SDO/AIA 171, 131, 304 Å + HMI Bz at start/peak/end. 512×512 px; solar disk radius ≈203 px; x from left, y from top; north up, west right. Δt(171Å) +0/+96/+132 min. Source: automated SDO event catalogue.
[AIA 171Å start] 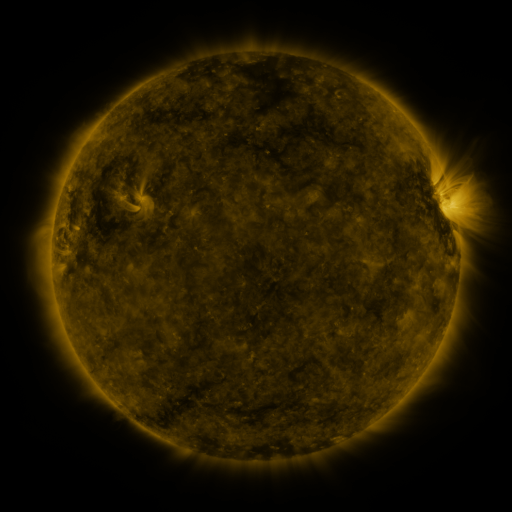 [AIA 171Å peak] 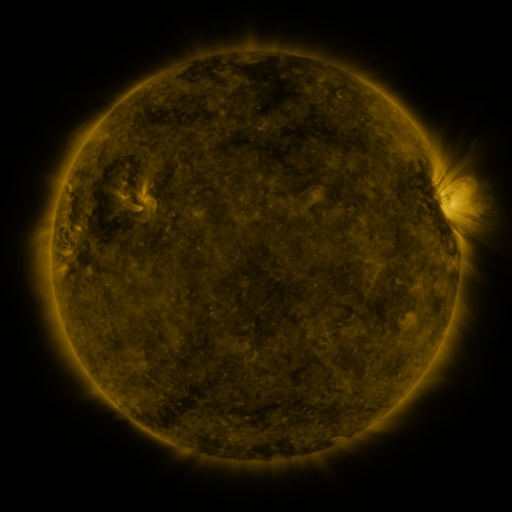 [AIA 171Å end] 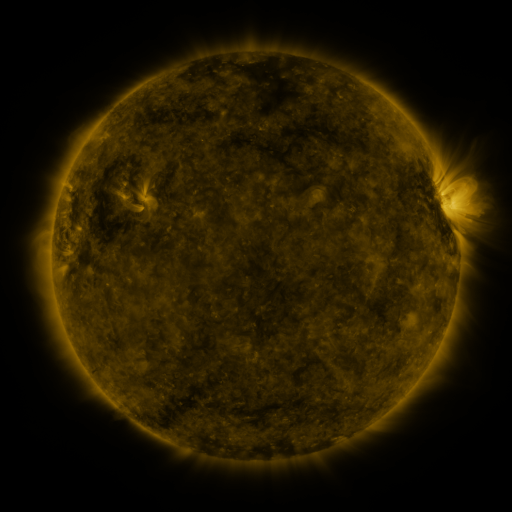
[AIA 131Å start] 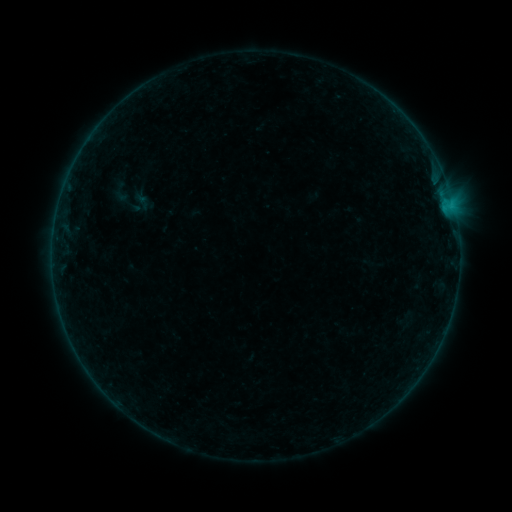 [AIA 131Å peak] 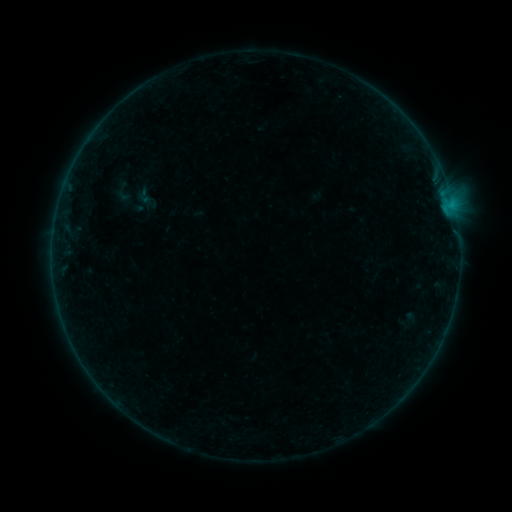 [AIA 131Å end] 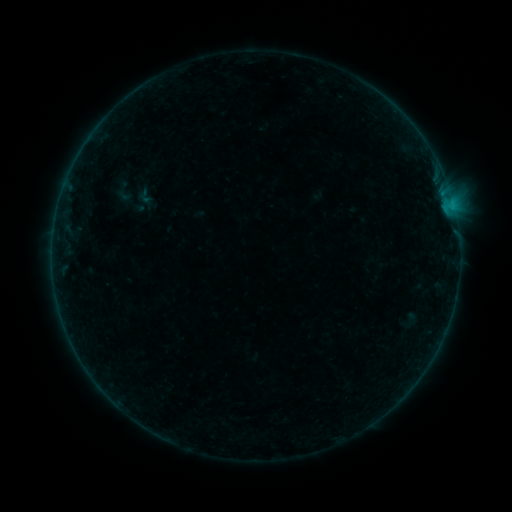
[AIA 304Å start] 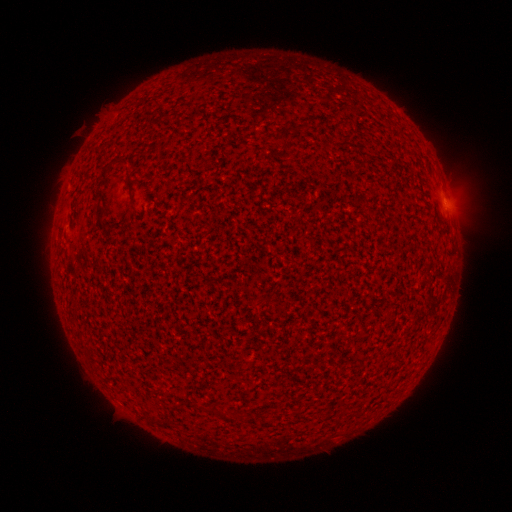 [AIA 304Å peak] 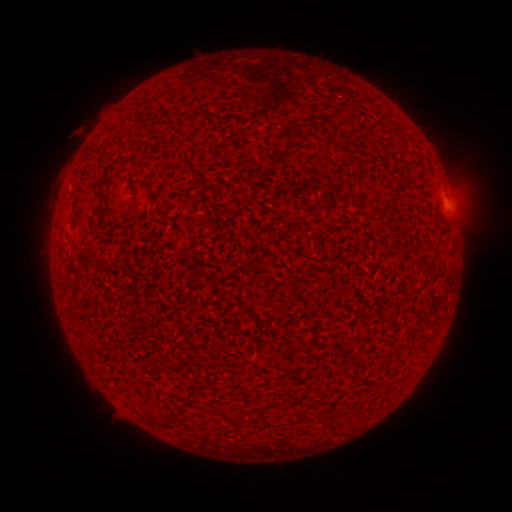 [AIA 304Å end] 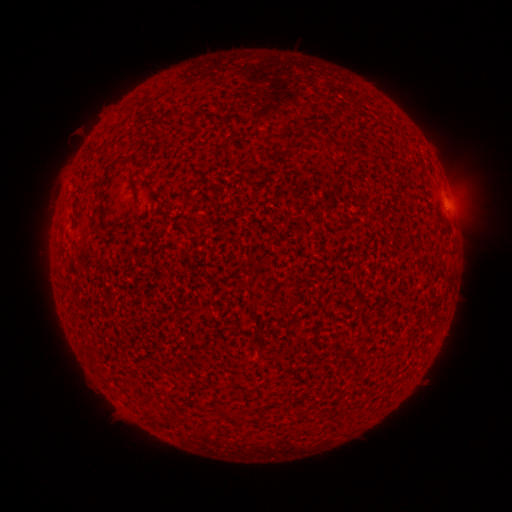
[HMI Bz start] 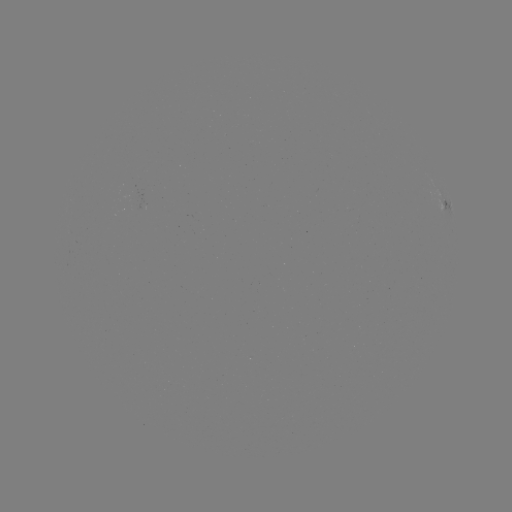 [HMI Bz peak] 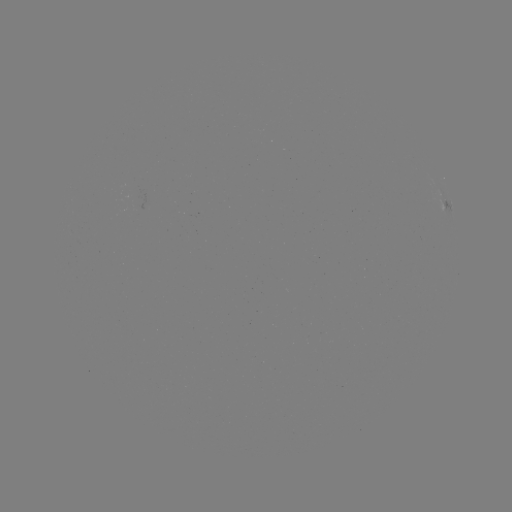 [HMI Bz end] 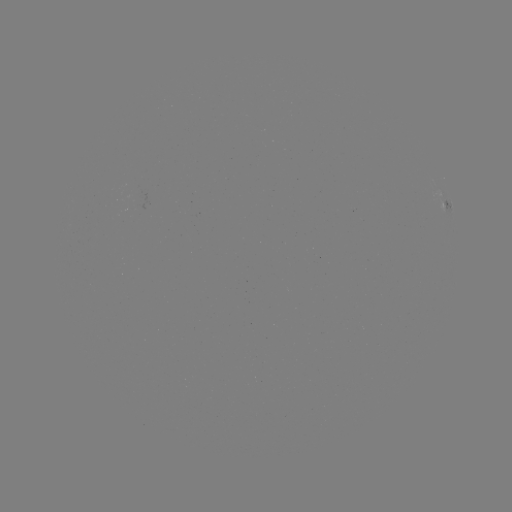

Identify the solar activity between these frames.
emerging-flux region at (135, 198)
